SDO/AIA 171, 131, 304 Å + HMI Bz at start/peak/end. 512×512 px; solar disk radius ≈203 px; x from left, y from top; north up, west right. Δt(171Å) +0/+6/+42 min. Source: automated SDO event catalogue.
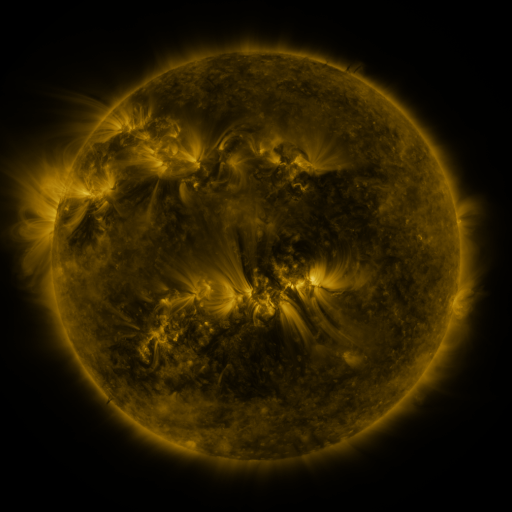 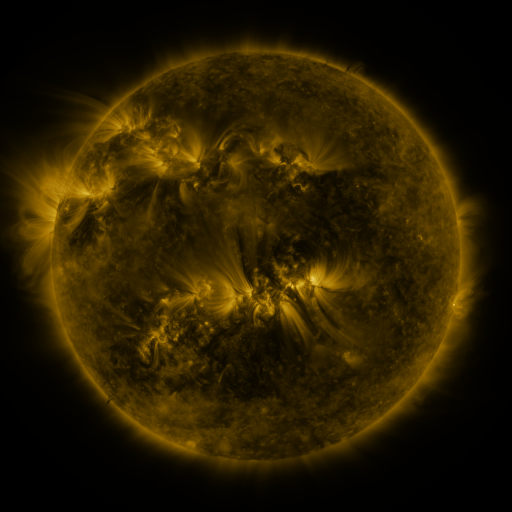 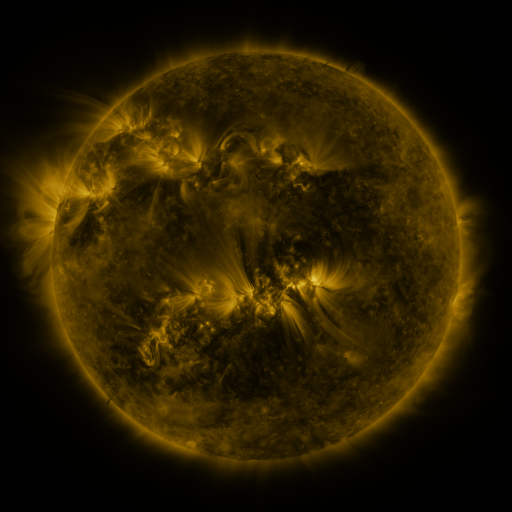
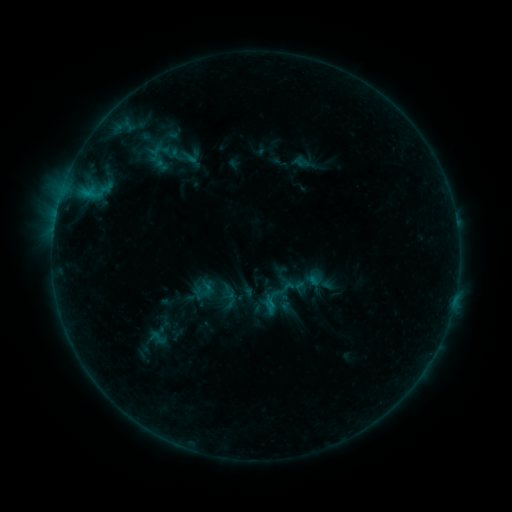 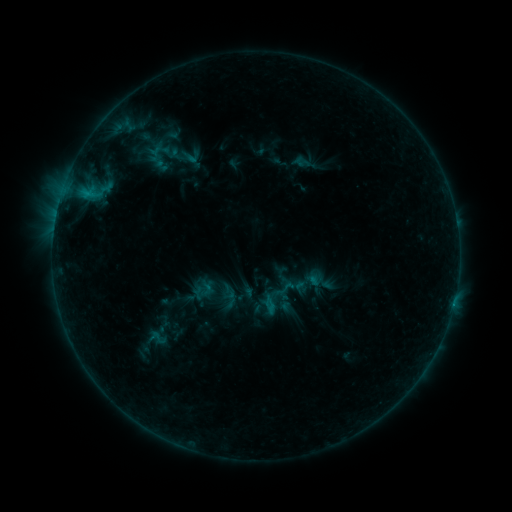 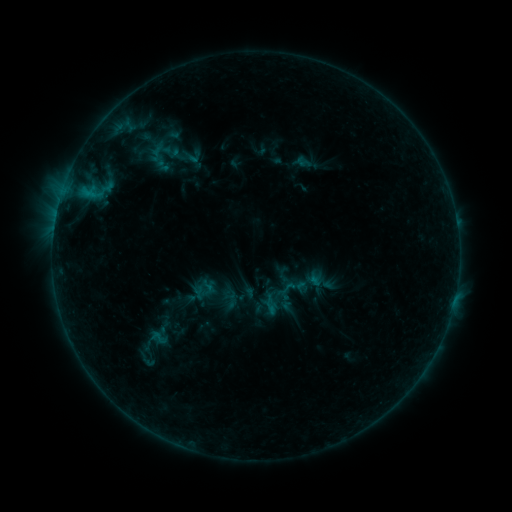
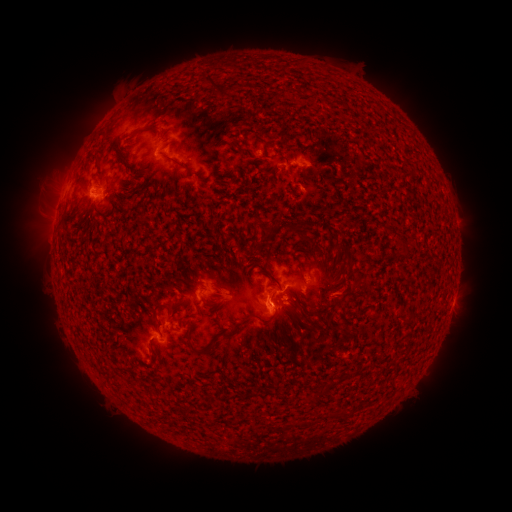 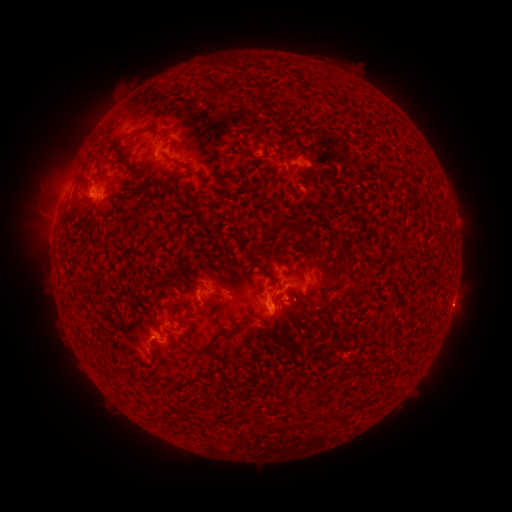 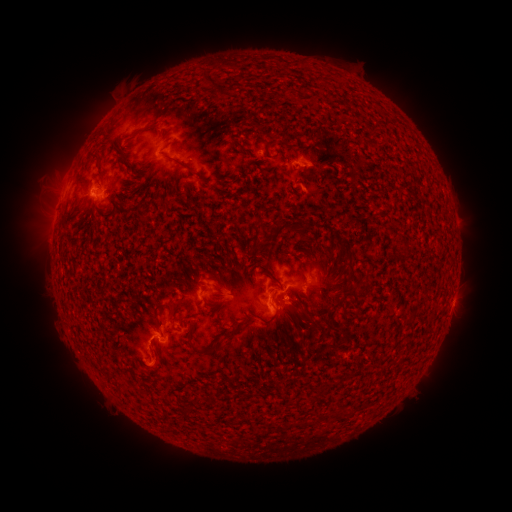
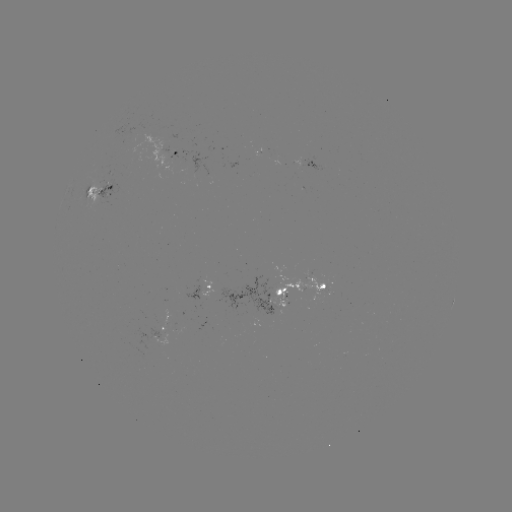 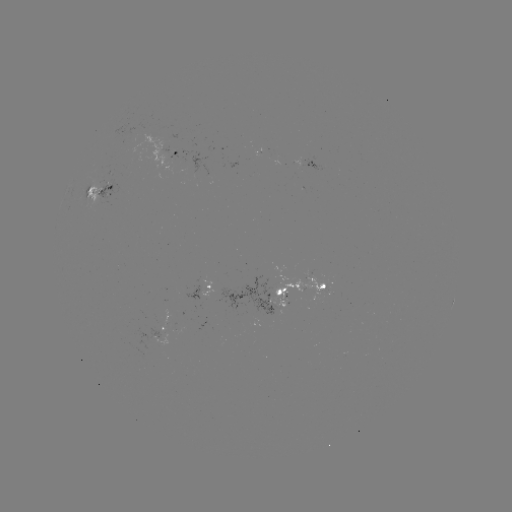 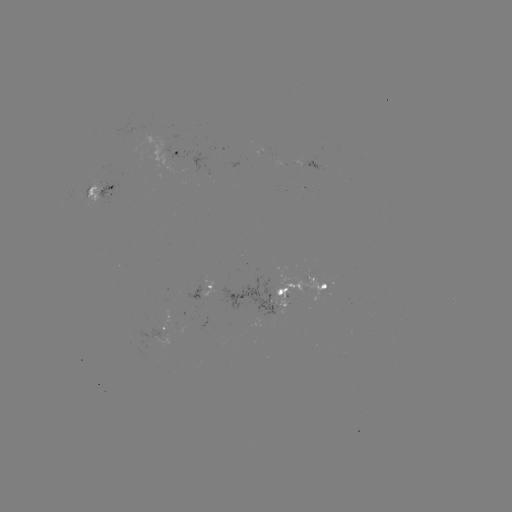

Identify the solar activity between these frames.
emerging-flux region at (264, 297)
